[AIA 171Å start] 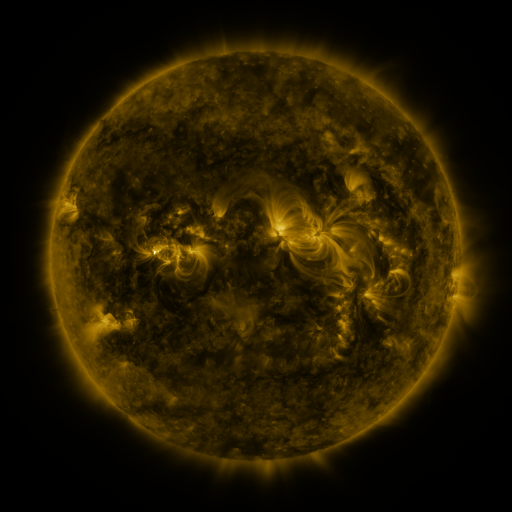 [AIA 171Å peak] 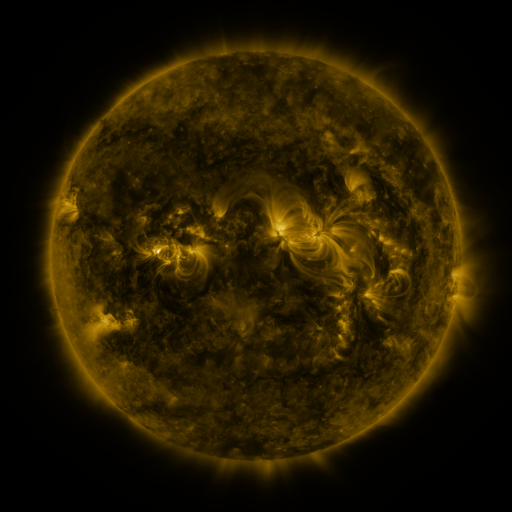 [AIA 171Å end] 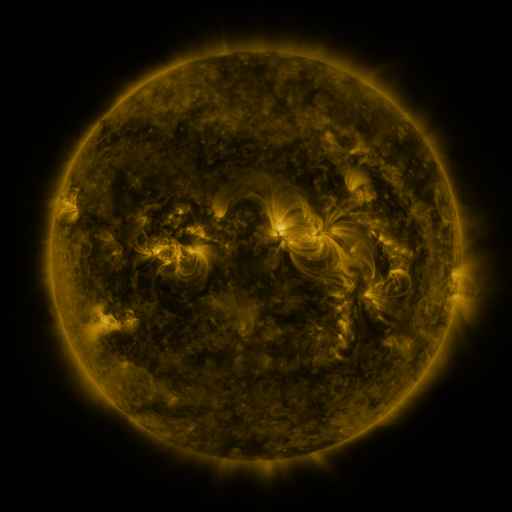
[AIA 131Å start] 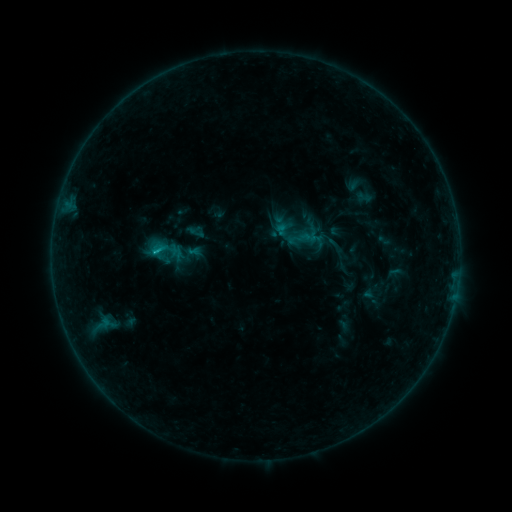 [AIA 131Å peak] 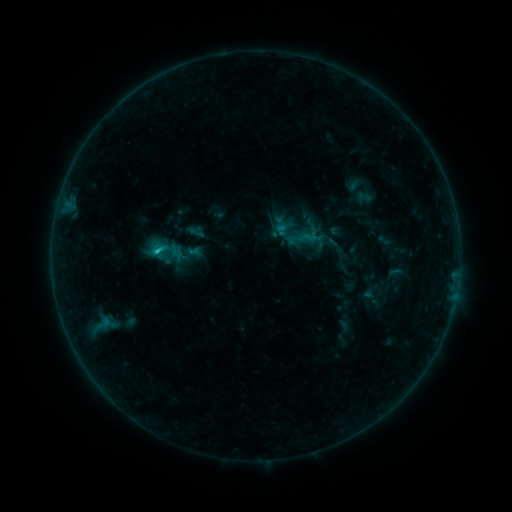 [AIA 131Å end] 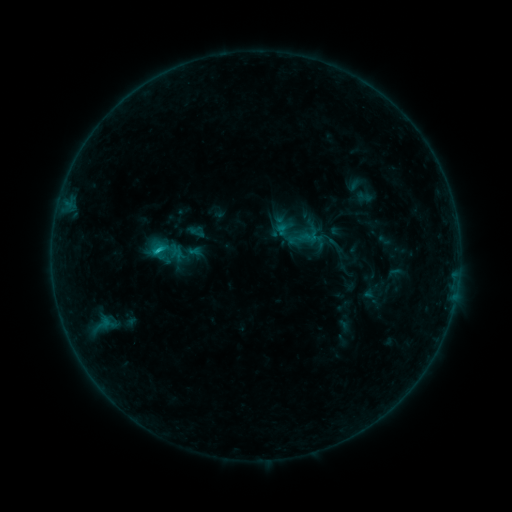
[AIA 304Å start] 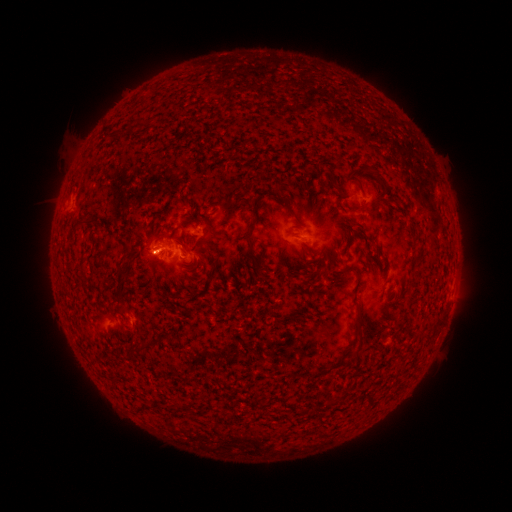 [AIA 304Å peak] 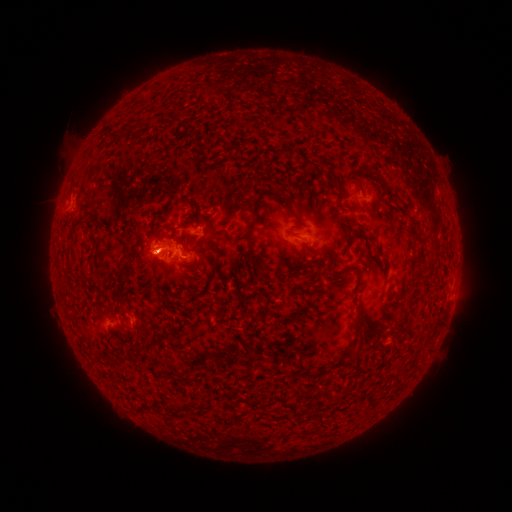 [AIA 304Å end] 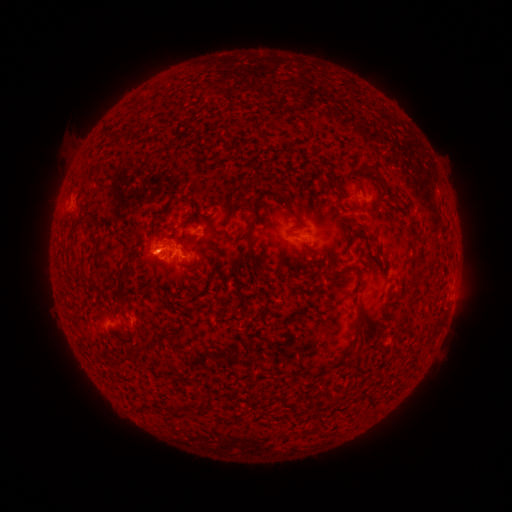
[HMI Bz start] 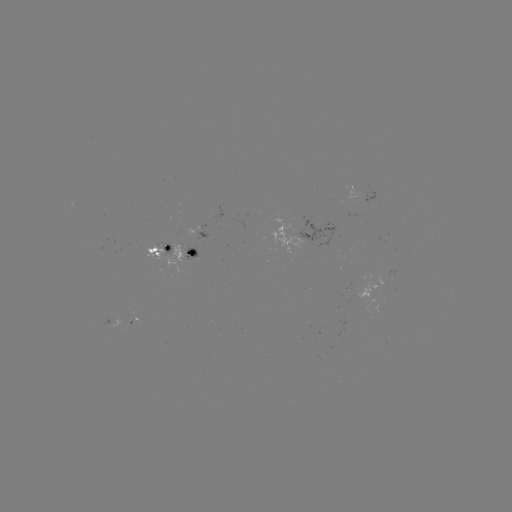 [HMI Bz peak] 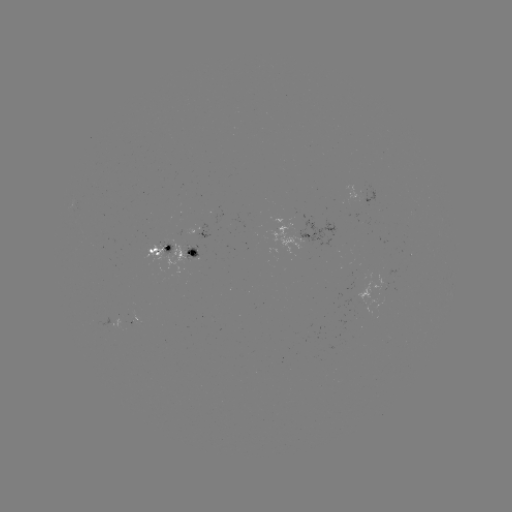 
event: flare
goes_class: C1.0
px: (160, 252)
